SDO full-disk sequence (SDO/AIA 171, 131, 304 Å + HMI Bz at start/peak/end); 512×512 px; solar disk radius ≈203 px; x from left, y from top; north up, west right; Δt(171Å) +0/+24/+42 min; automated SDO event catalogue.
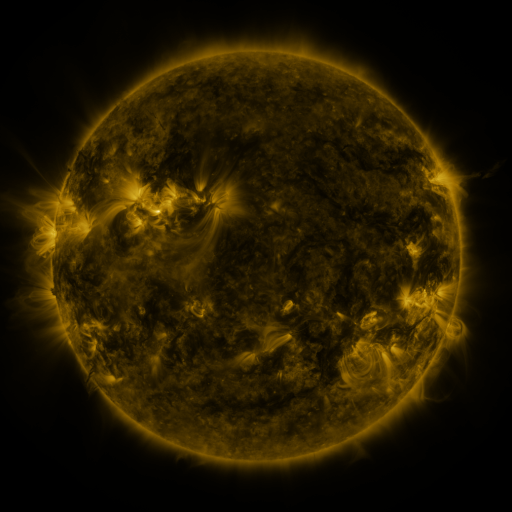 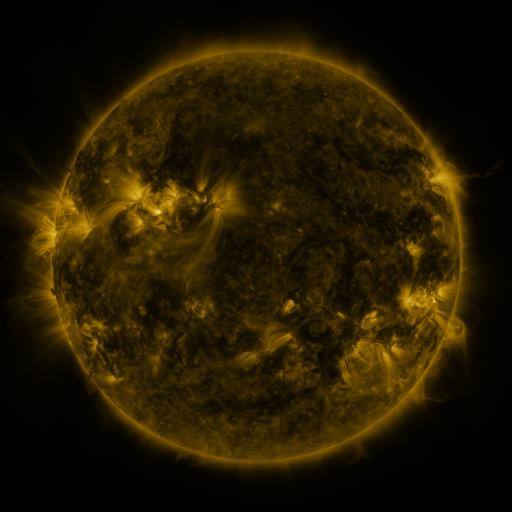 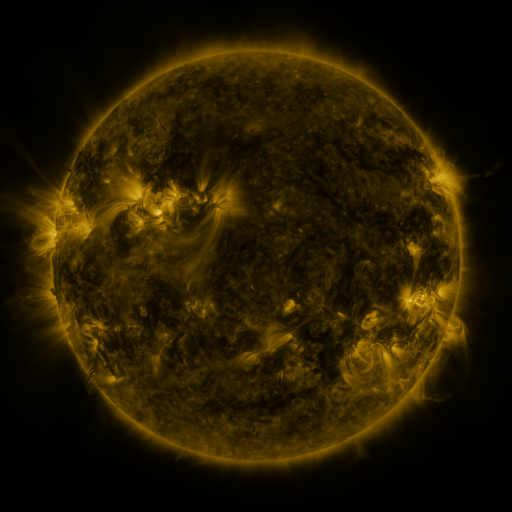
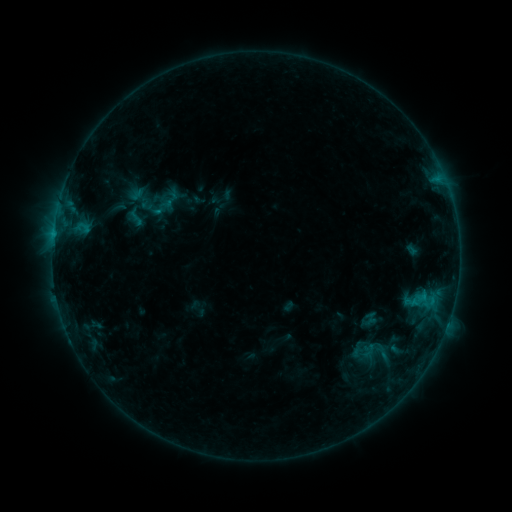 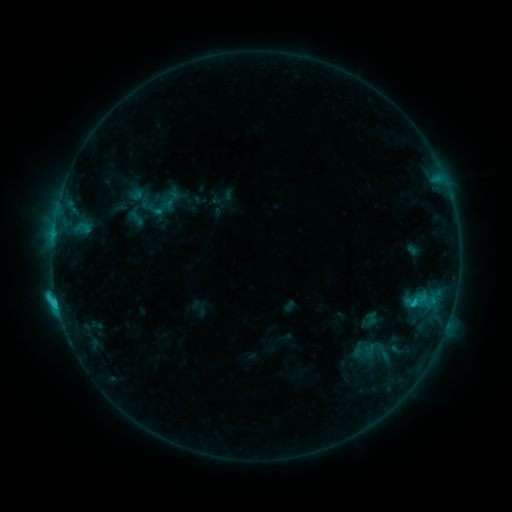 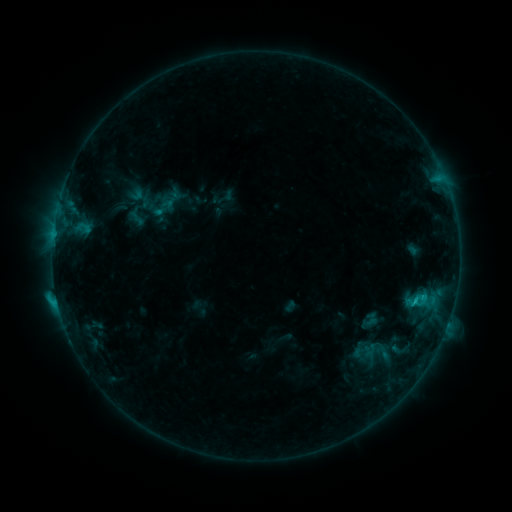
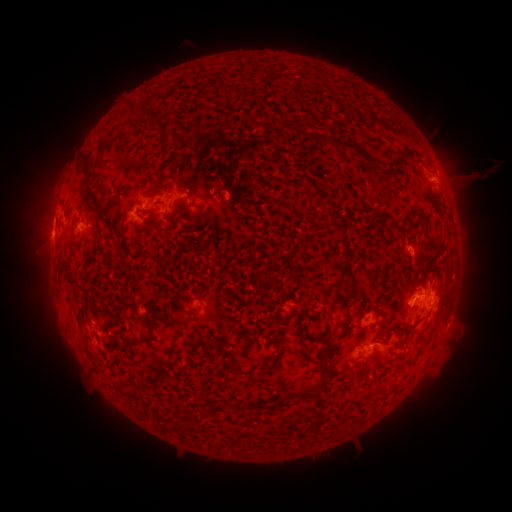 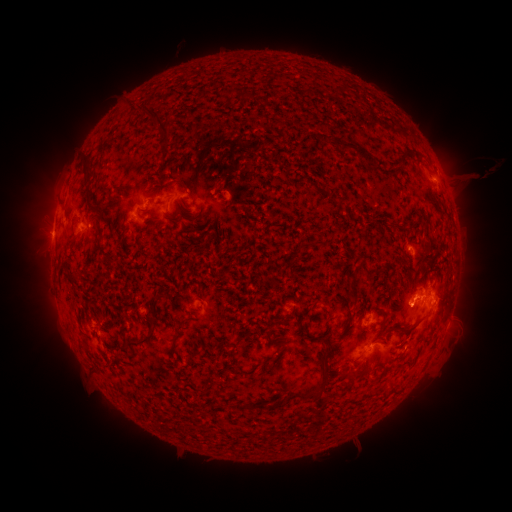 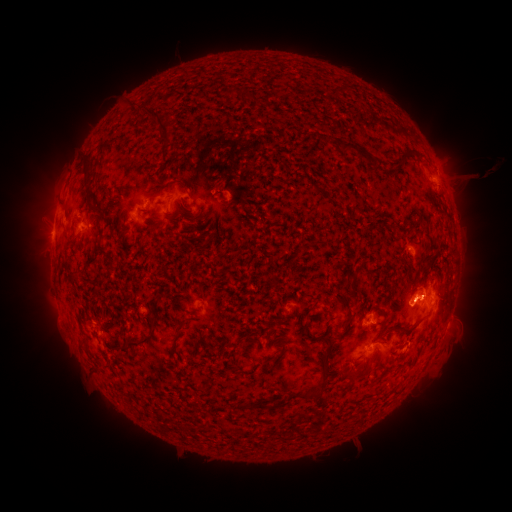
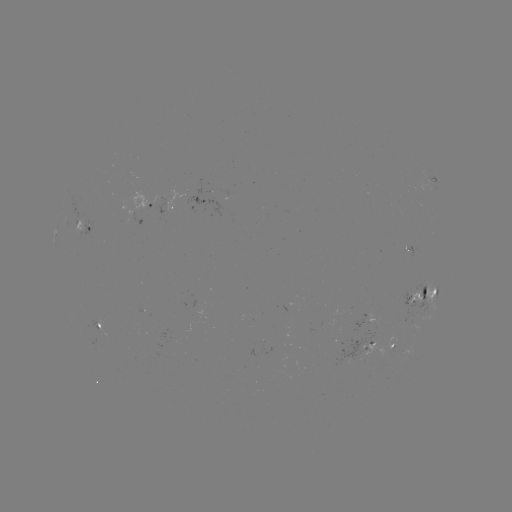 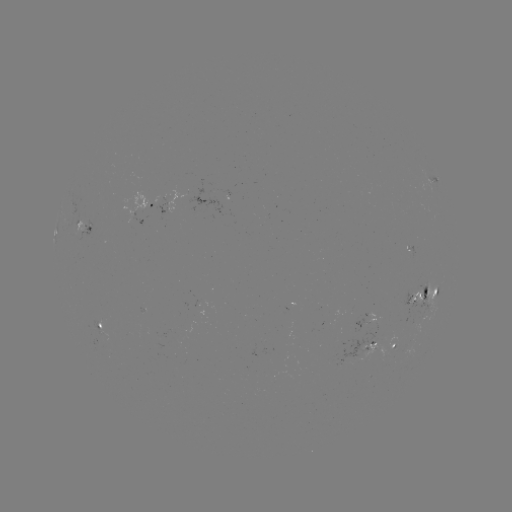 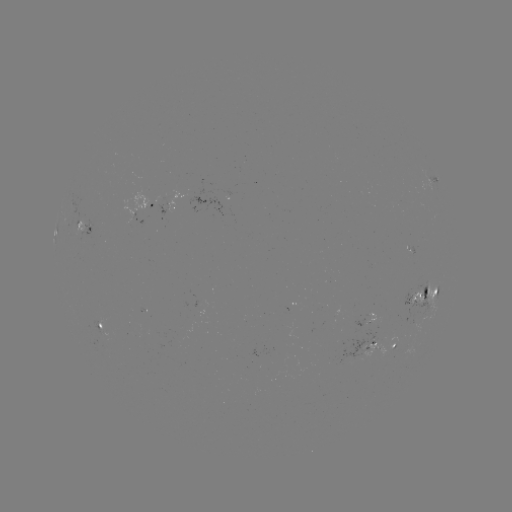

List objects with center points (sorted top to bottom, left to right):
C2.3 flare: (58, 302)
